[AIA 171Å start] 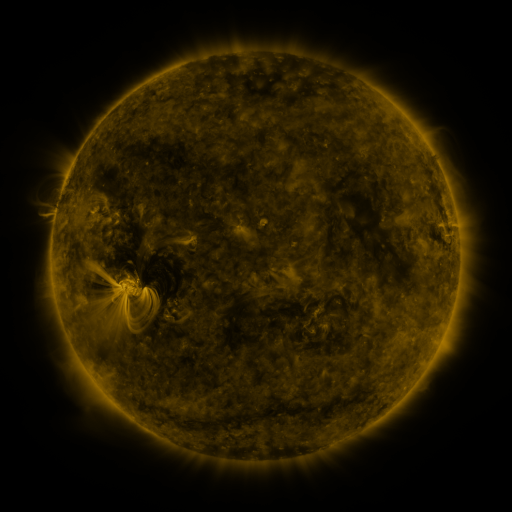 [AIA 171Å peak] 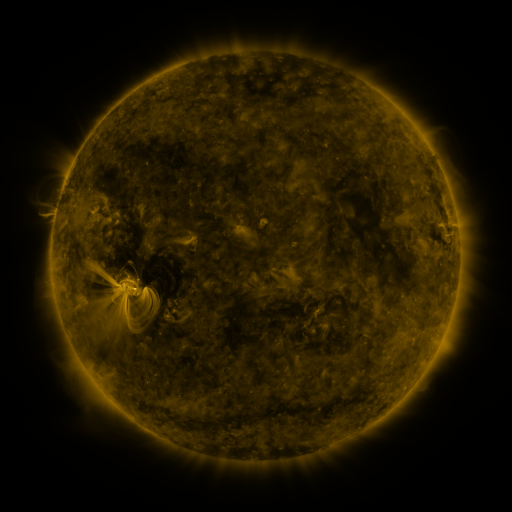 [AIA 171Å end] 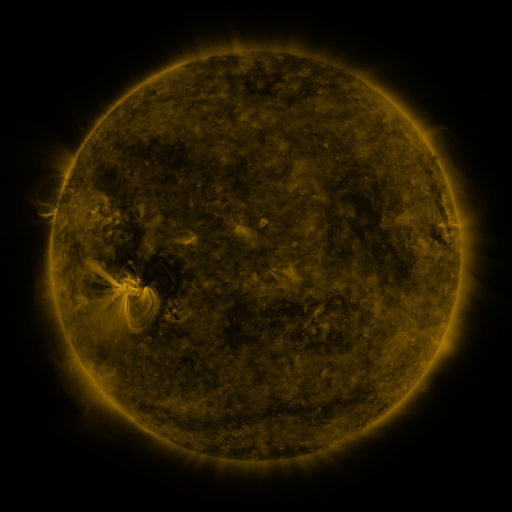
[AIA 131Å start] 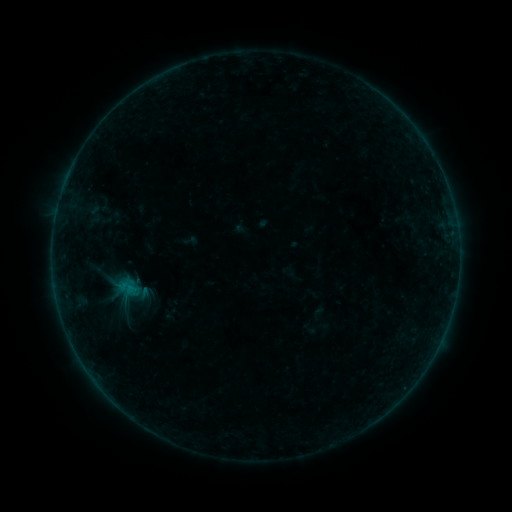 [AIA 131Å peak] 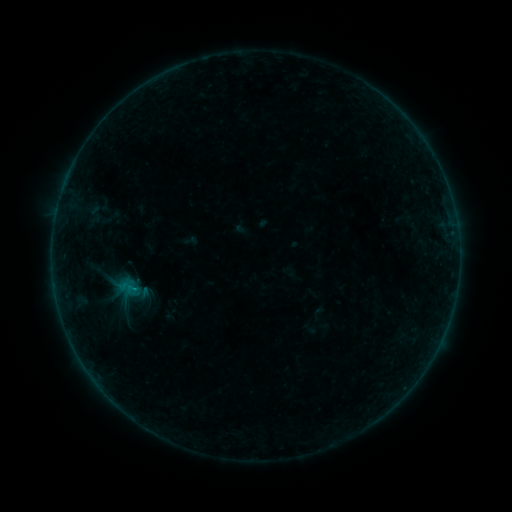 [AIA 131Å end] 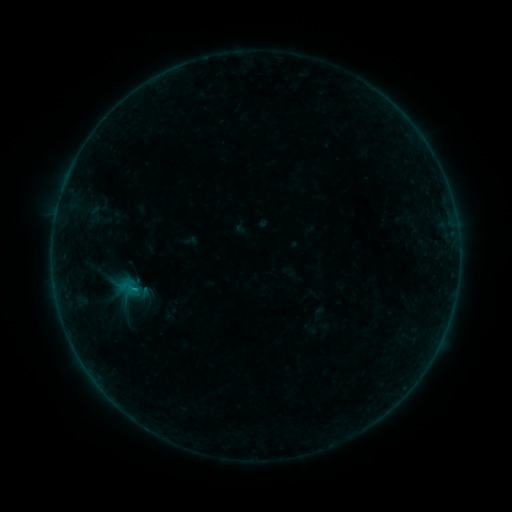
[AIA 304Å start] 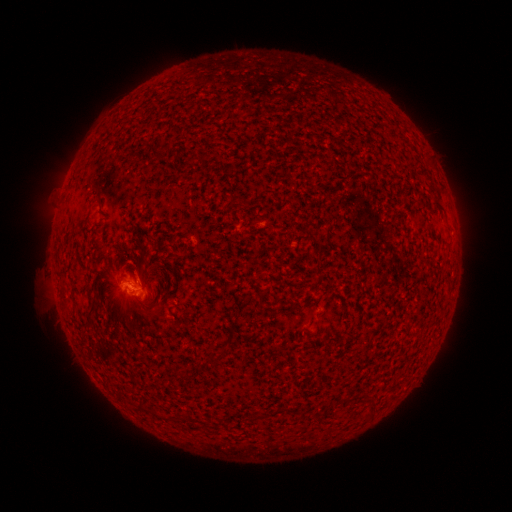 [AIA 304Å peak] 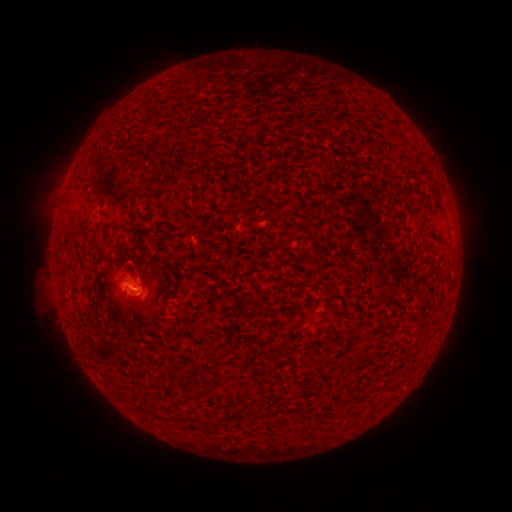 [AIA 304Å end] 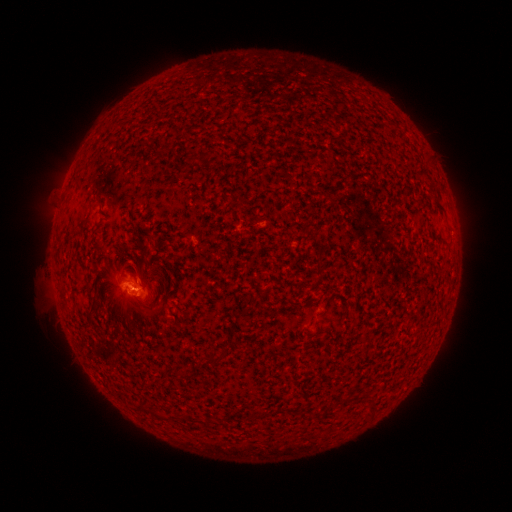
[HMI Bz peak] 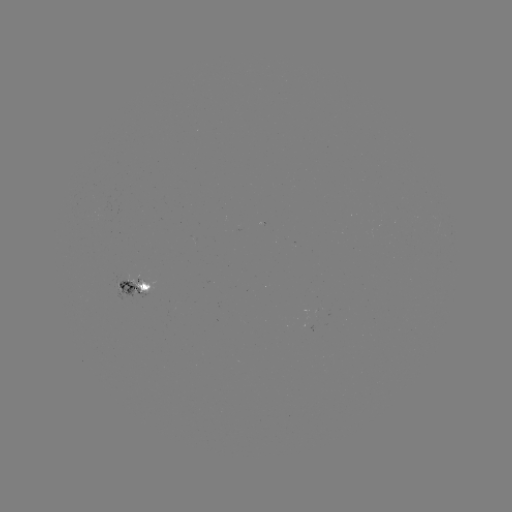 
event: flare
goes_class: B3.4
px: (136, 287)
